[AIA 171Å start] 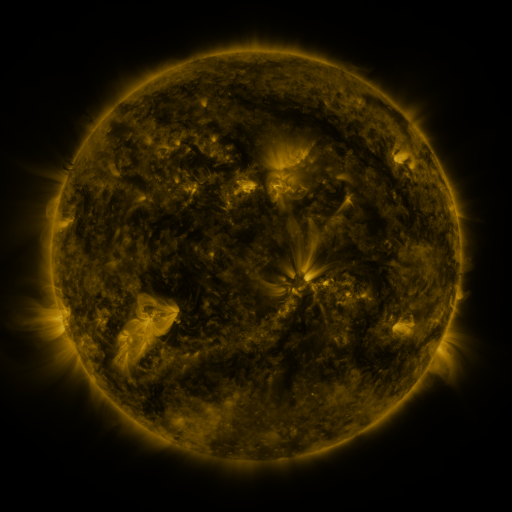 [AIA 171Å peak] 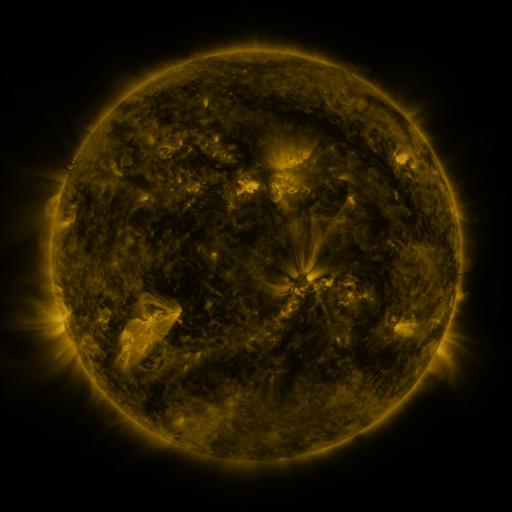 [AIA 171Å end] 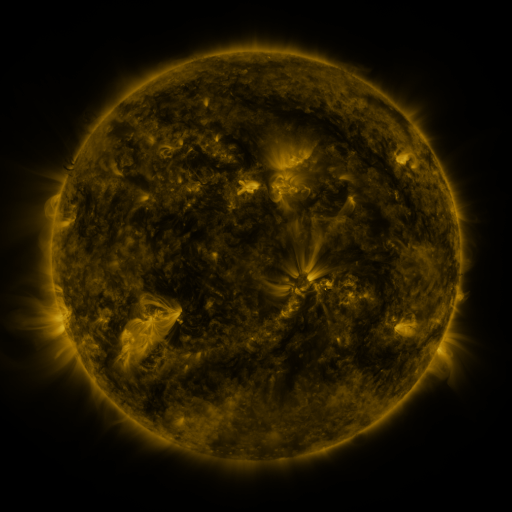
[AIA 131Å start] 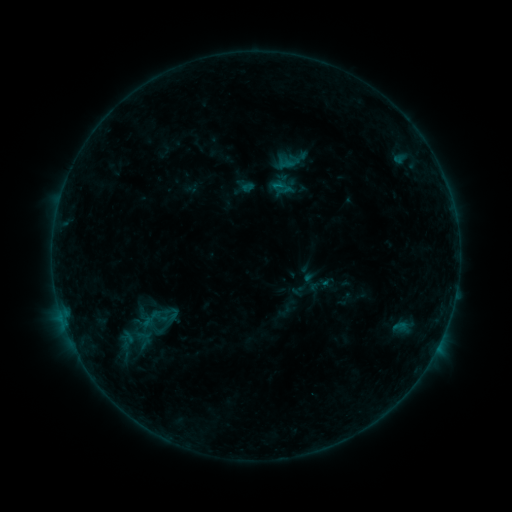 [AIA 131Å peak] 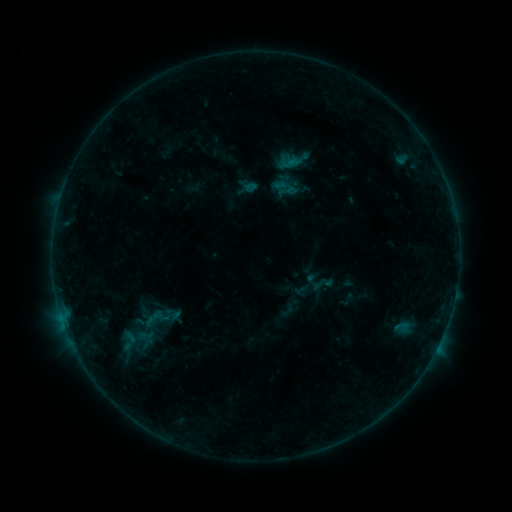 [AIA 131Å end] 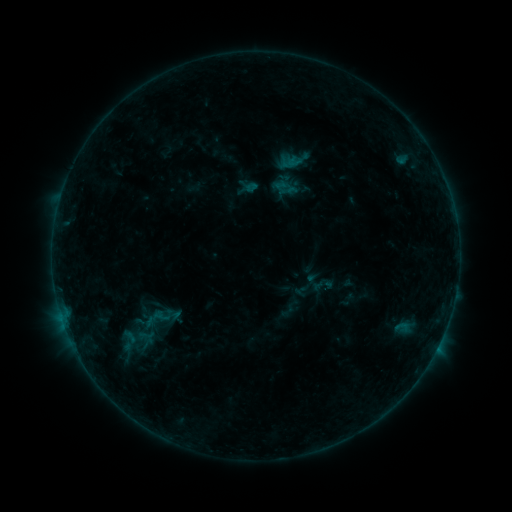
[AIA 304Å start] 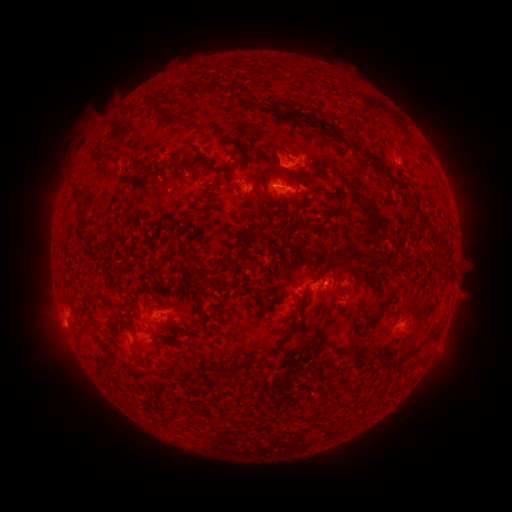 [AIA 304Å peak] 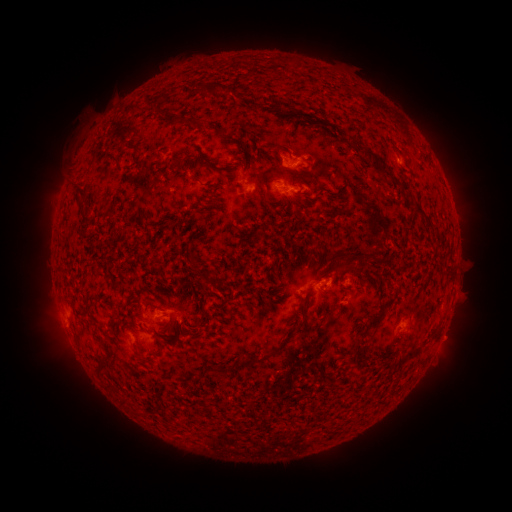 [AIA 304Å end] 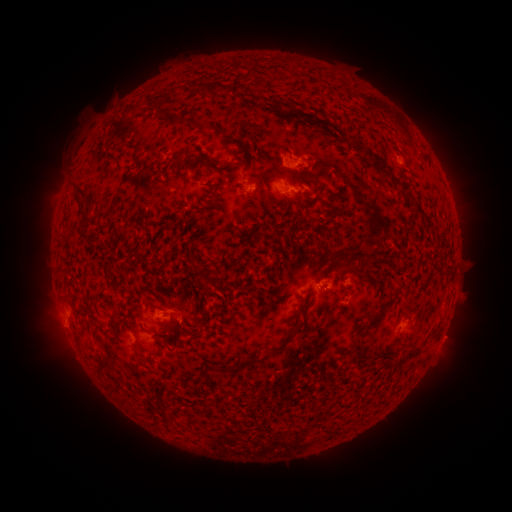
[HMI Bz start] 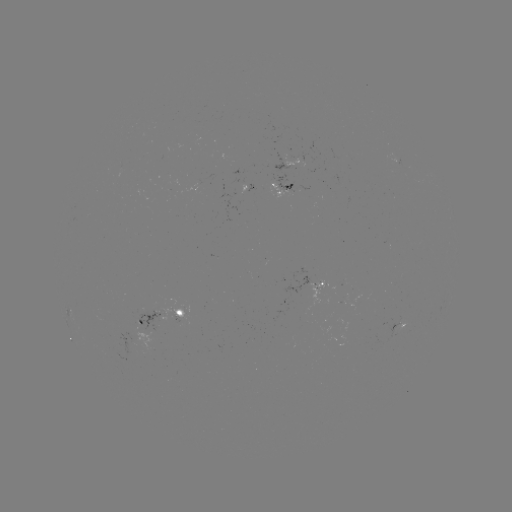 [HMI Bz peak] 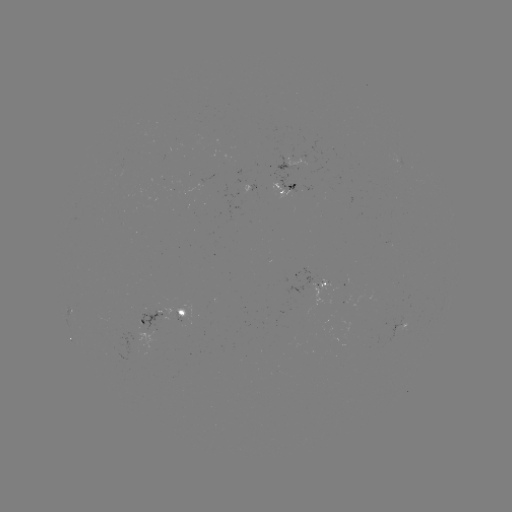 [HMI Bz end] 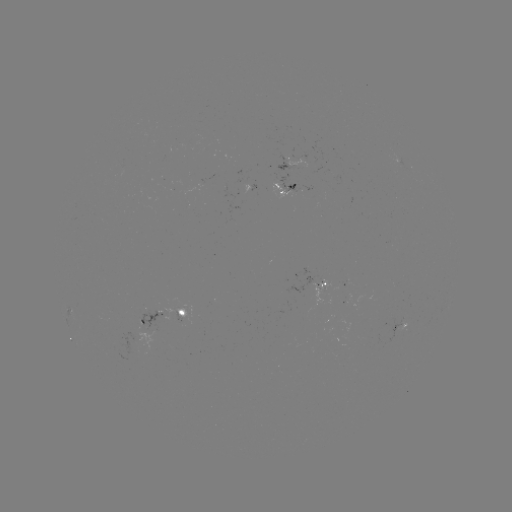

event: emerging-flux region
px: (289, 190)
